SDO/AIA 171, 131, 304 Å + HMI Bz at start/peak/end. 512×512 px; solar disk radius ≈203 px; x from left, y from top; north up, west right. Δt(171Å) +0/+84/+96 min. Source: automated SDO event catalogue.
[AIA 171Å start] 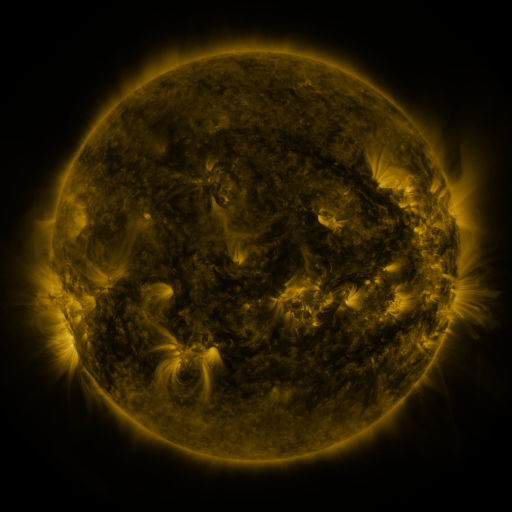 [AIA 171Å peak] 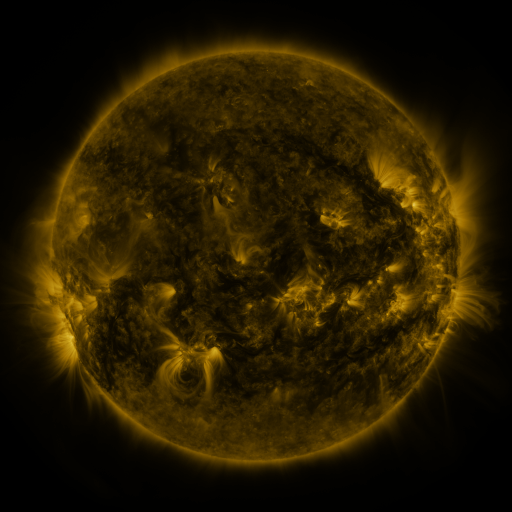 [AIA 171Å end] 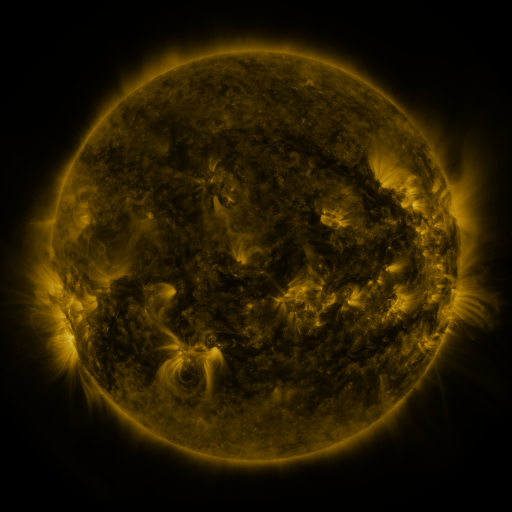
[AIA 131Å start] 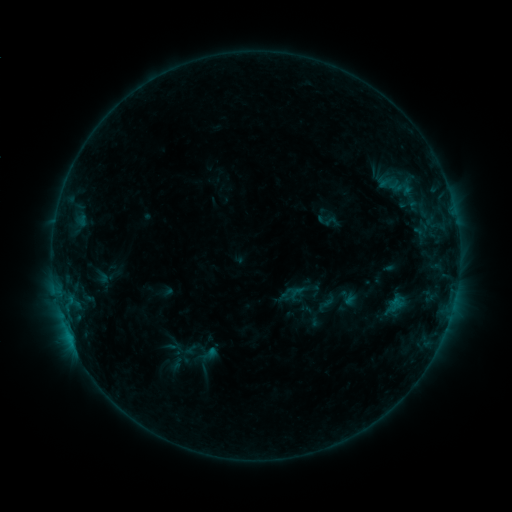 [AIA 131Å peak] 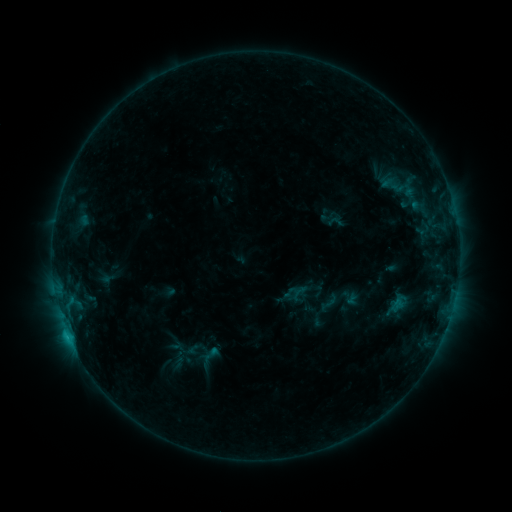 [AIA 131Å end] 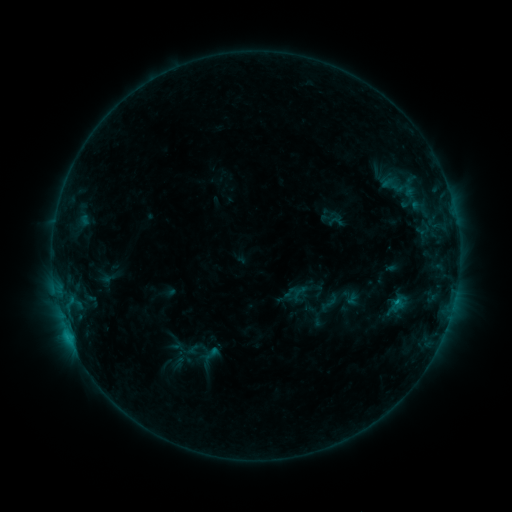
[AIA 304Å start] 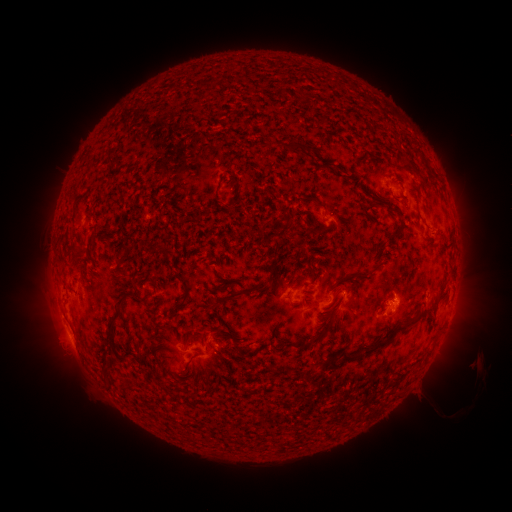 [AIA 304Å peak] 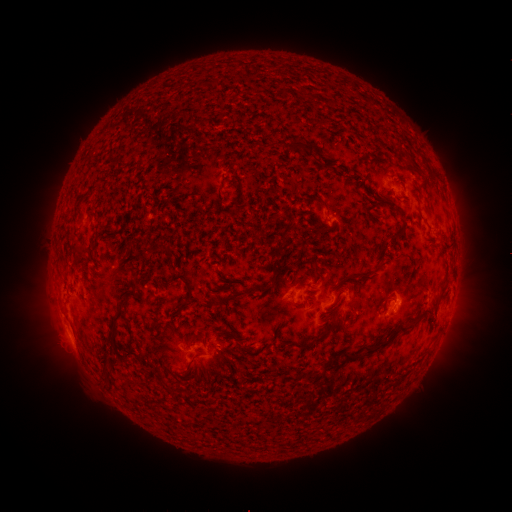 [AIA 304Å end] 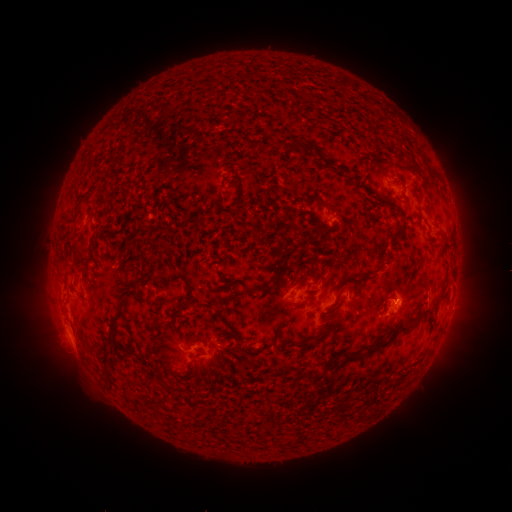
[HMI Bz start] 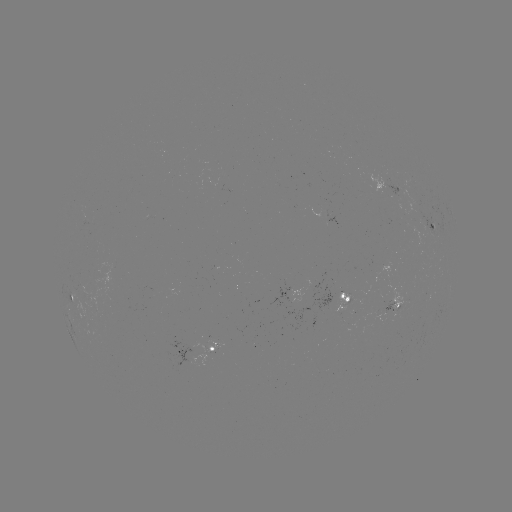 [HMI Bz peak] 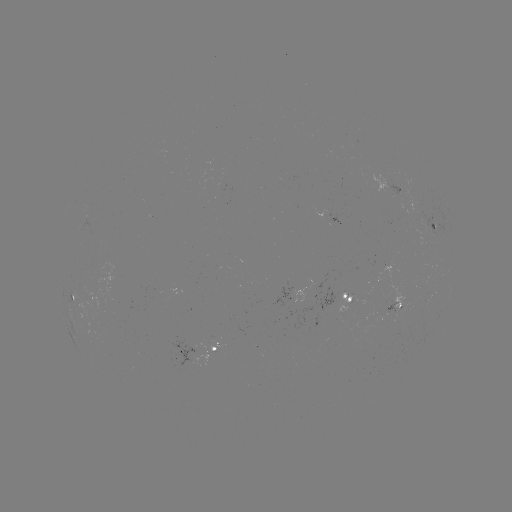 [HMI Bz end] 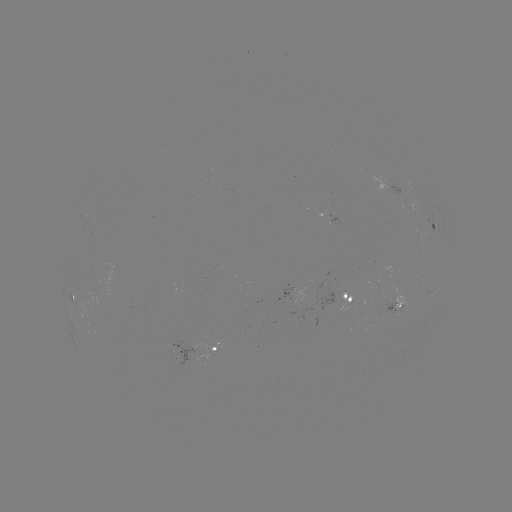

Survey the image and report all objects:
emerging-flux region: (89, 296)
